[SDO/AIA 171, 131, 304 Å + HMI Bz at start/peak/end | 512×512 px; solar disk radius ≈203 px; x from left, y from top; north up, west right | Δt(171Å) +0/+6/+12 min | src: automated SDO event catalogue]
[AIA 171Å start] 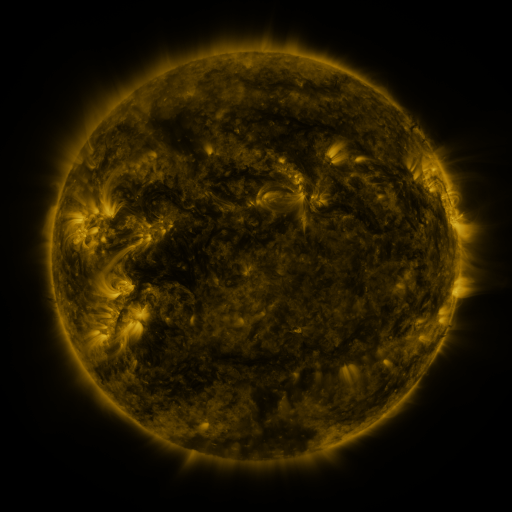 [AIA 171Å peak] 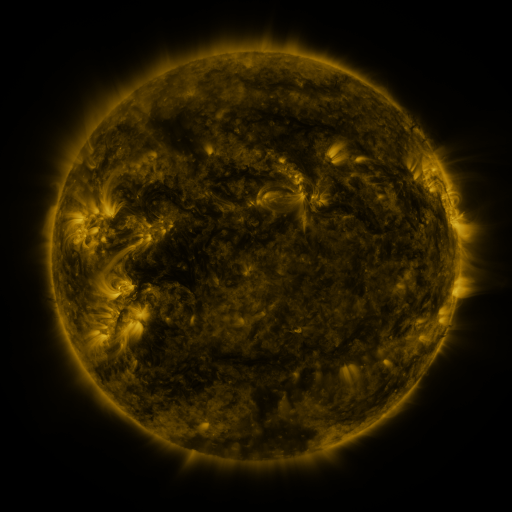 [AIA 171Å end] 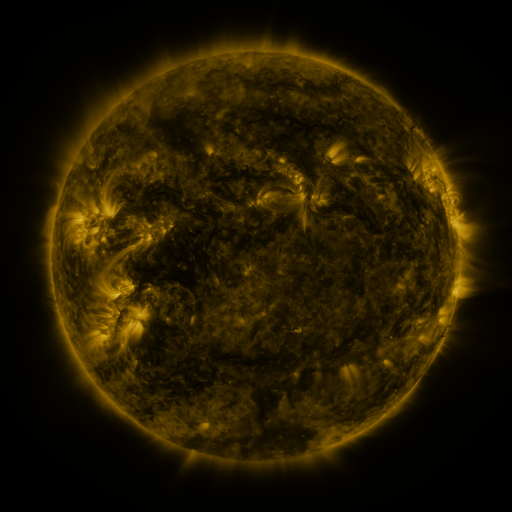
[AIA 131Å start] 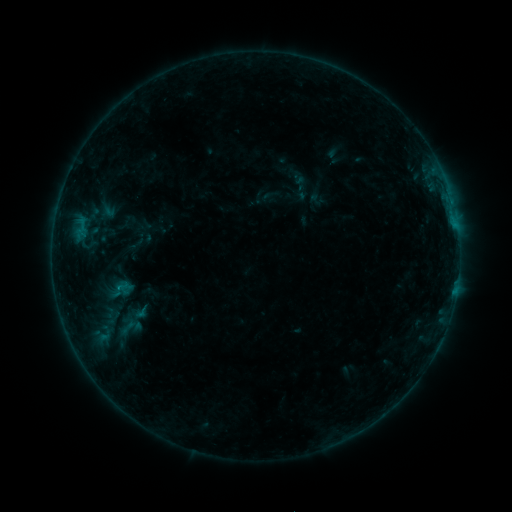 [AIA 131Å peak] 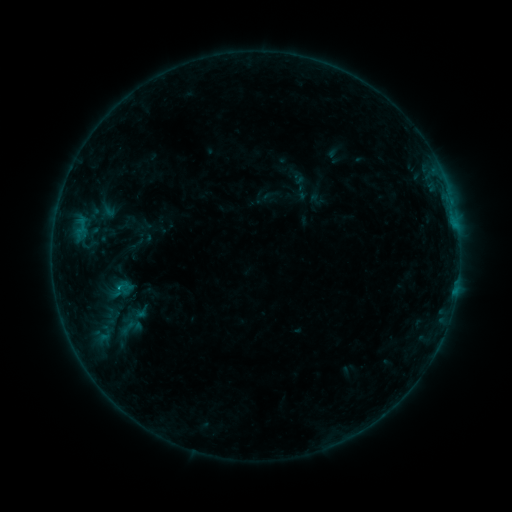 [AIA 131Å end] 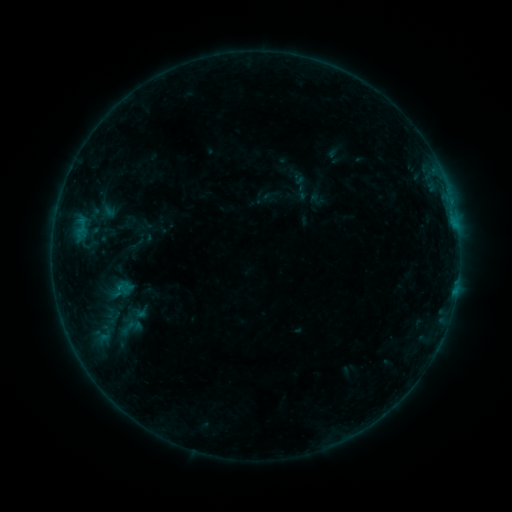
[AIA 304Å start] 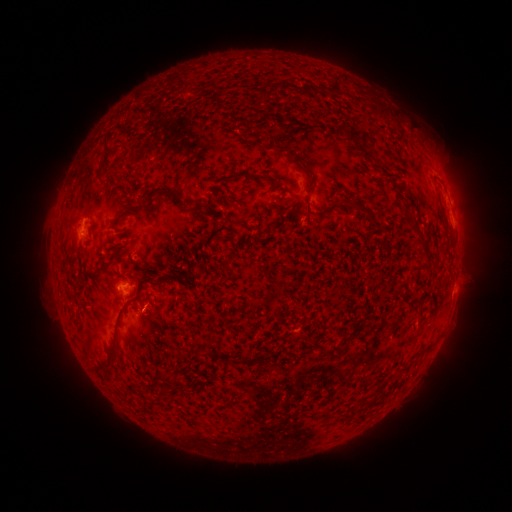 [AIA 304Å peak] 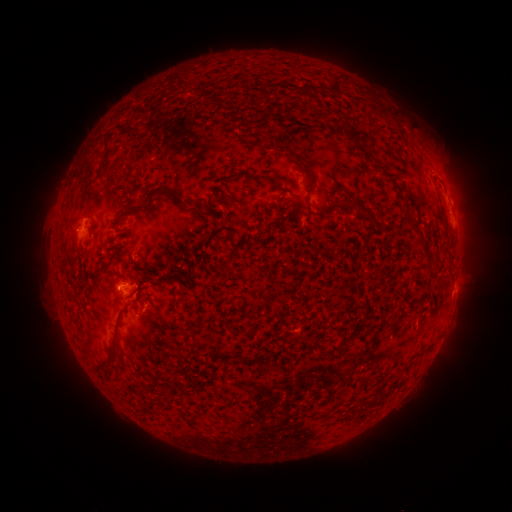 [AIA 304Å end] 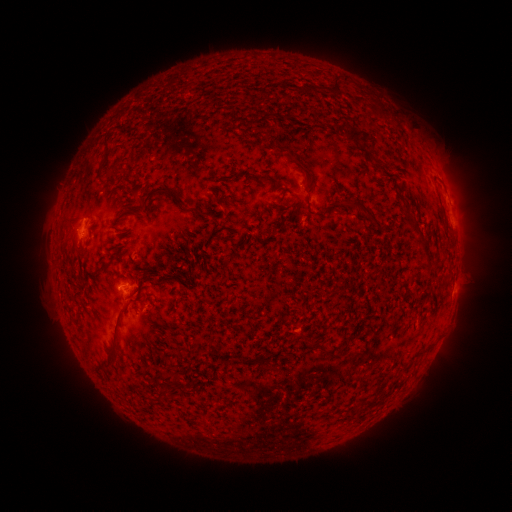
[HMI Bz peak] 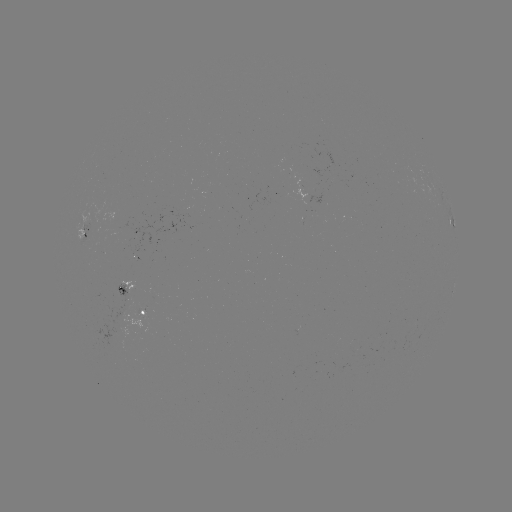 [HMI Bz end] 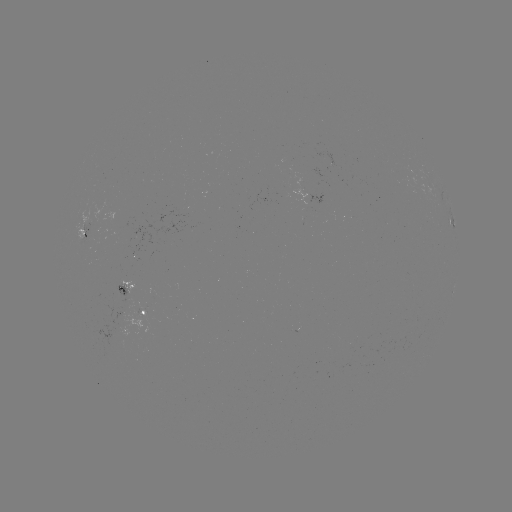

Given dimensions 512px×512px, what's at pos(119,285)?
B4.1 flare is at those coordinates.